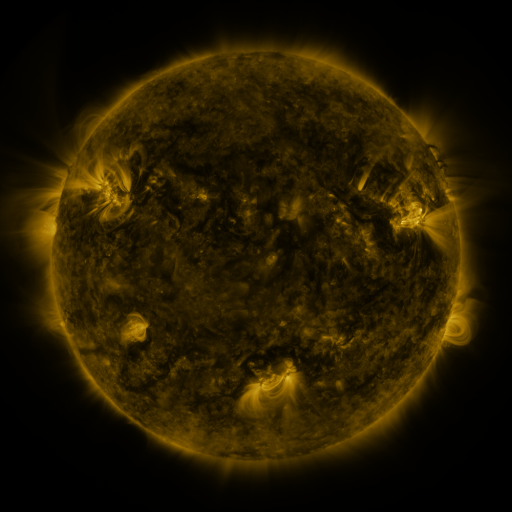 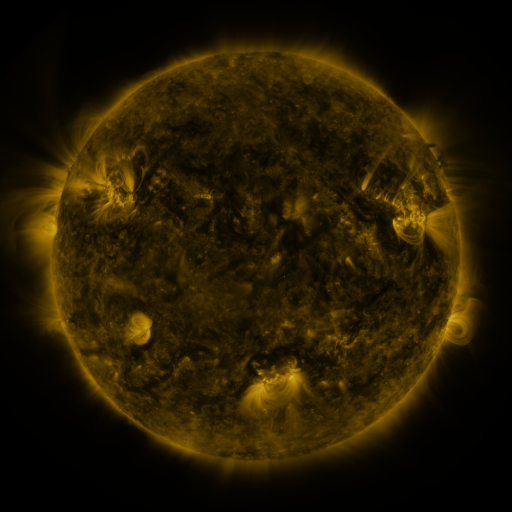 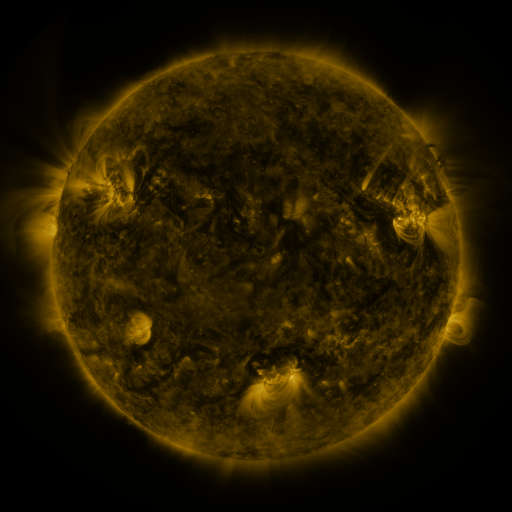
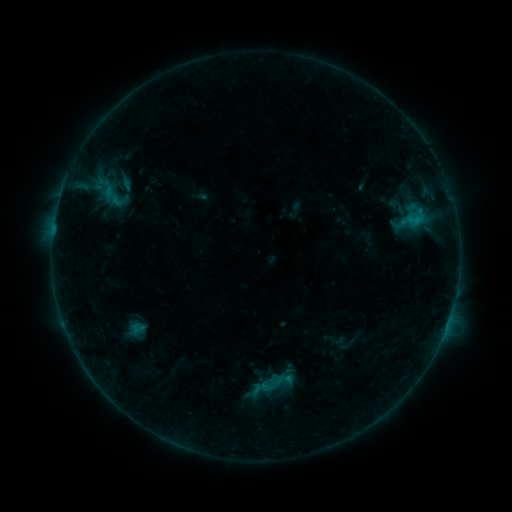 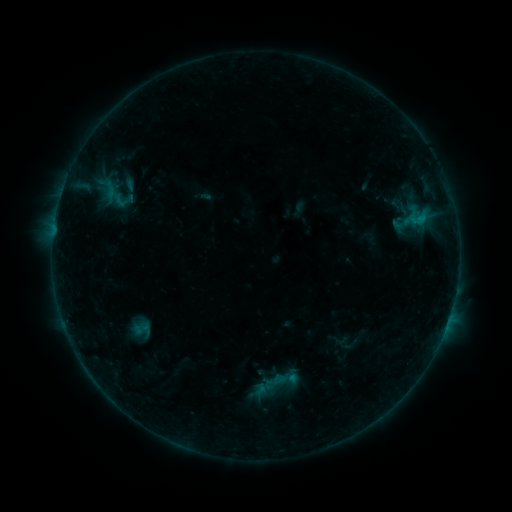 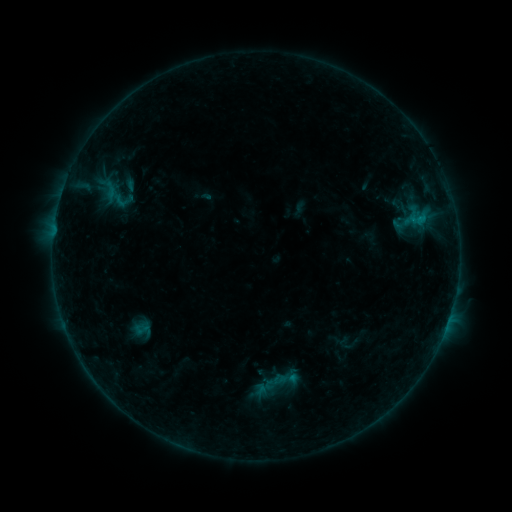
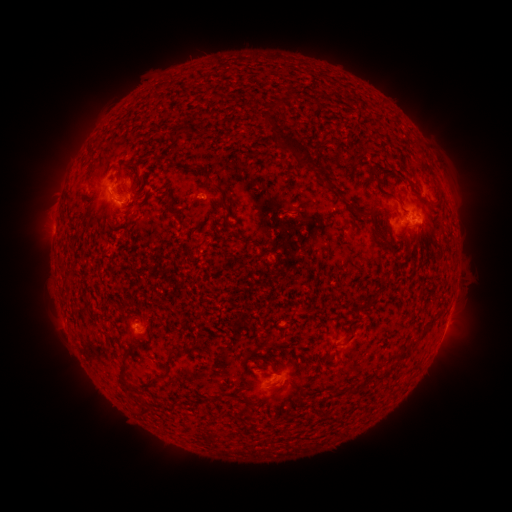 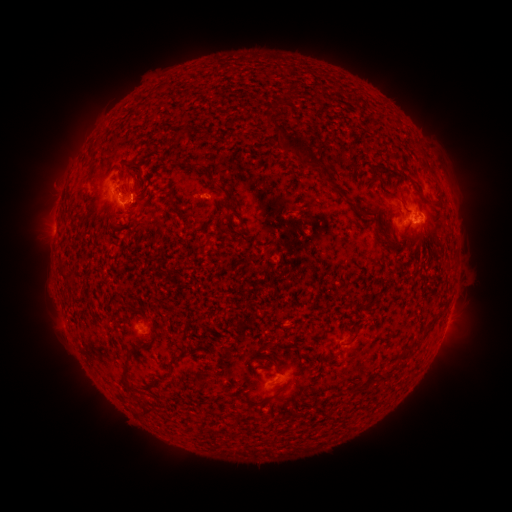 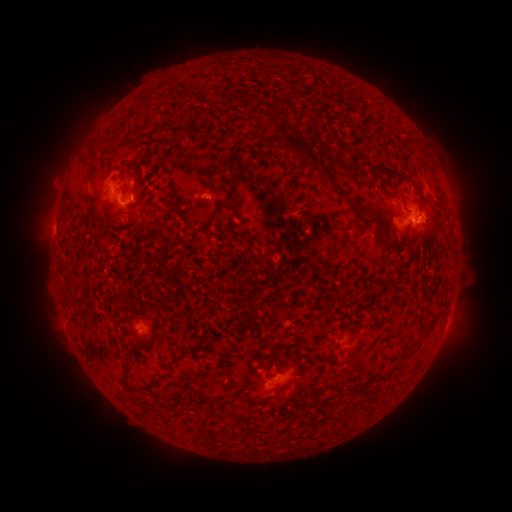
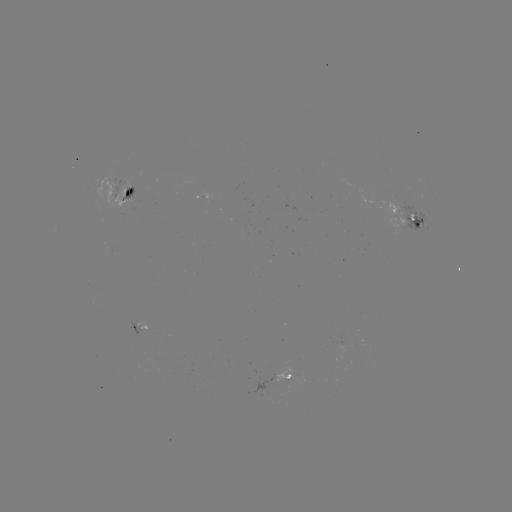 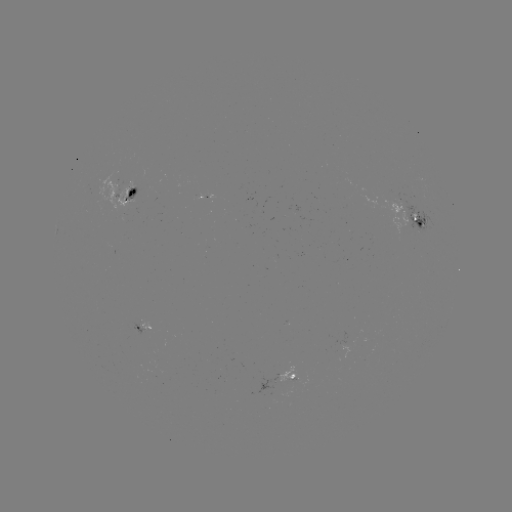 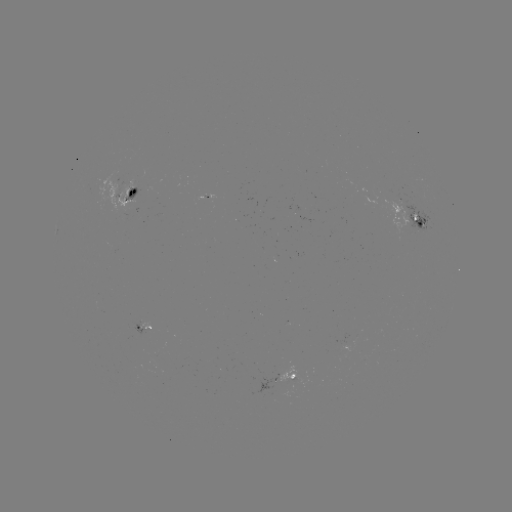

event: emerging-flux region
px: (294, 375)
